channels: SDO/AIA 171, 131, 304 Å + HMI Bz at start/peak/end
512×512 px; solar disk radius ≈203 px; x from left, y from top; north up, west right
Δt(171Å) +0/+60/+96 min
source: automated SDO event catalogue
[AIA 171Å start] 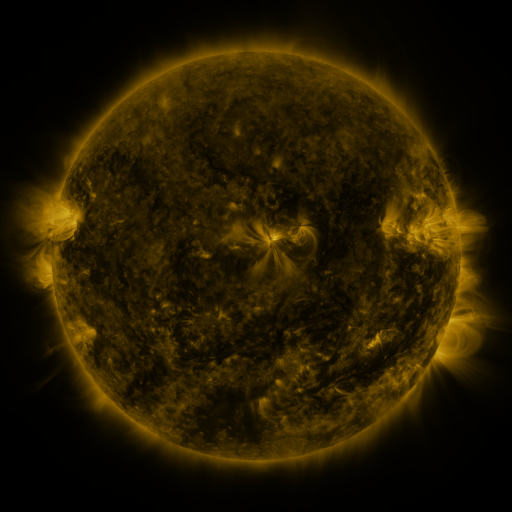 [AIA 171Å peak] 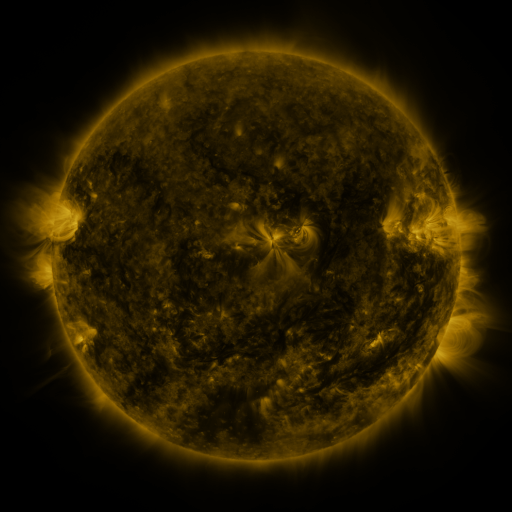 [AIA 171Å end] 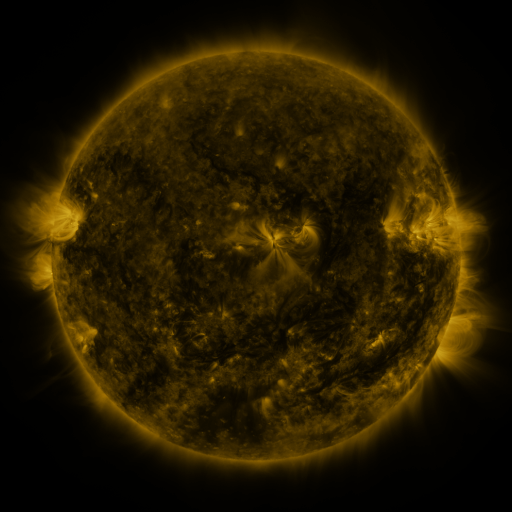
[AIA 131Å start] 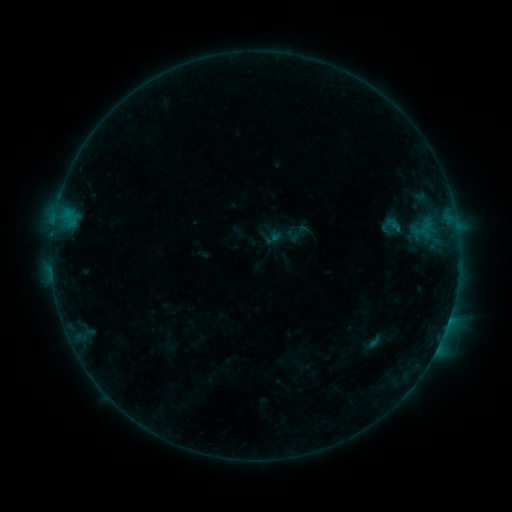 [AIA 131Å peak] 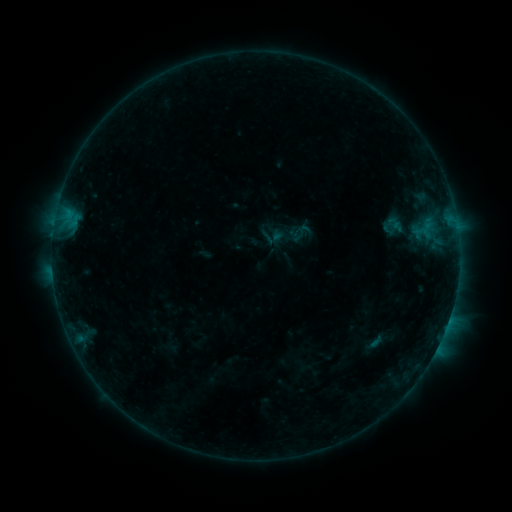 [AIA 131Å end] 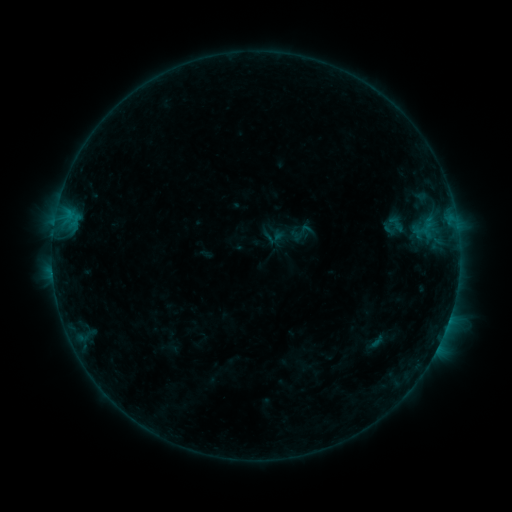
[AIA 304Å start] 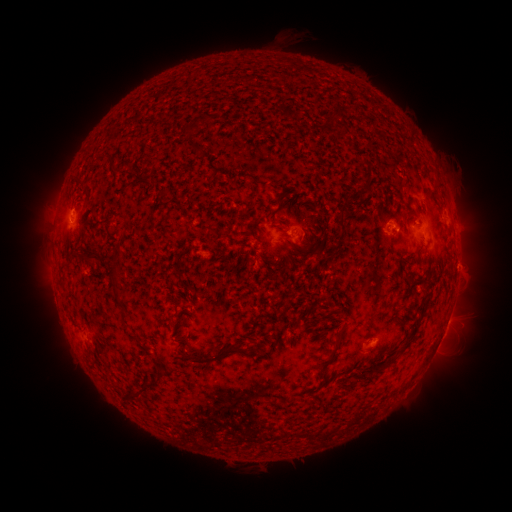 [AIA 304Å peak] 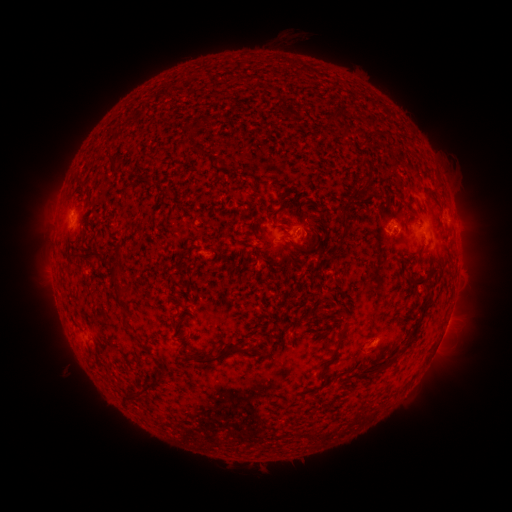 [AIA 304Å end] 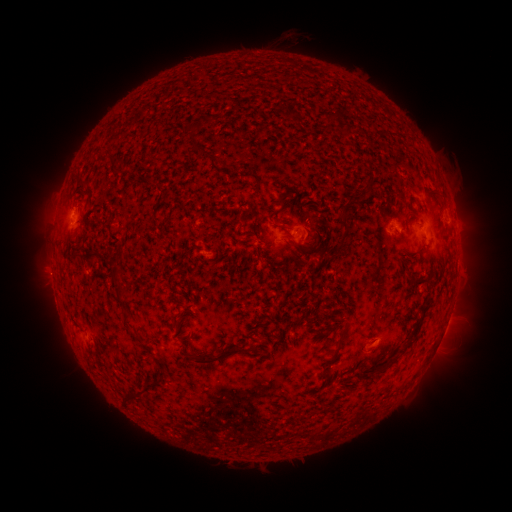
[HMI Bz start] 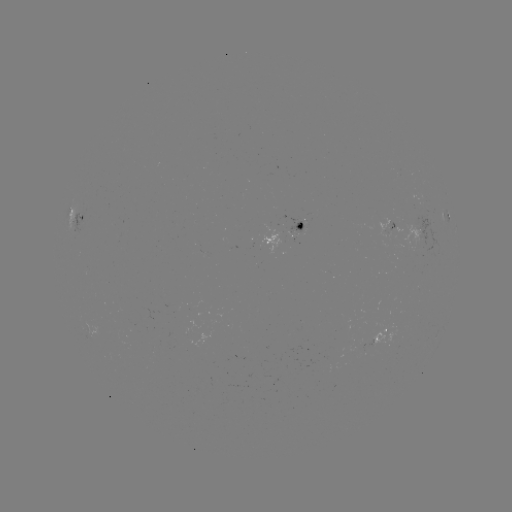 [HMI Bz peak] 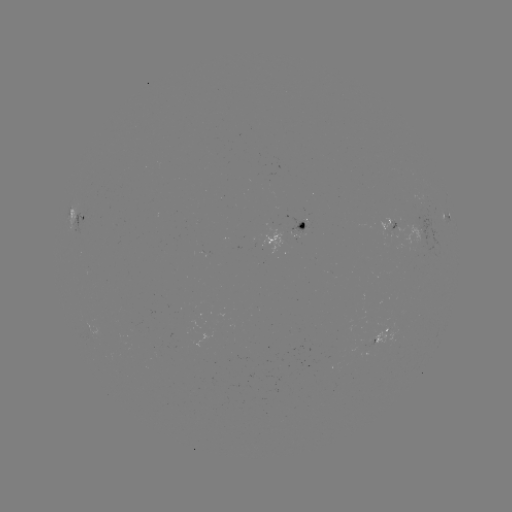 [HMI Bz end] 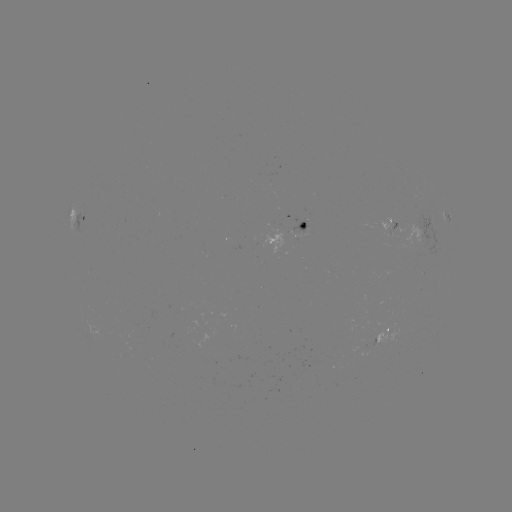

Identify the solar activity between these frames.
emerging-flux region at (298, 230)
